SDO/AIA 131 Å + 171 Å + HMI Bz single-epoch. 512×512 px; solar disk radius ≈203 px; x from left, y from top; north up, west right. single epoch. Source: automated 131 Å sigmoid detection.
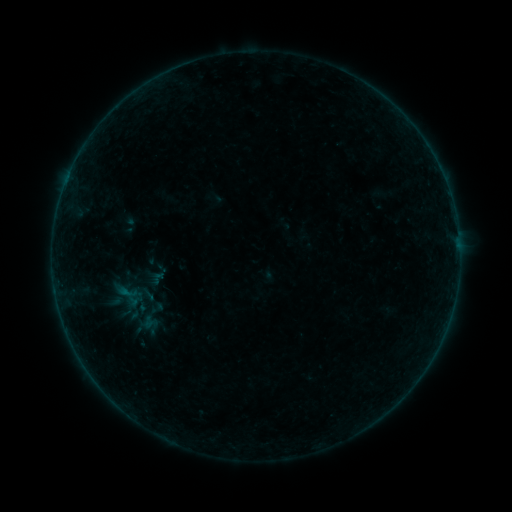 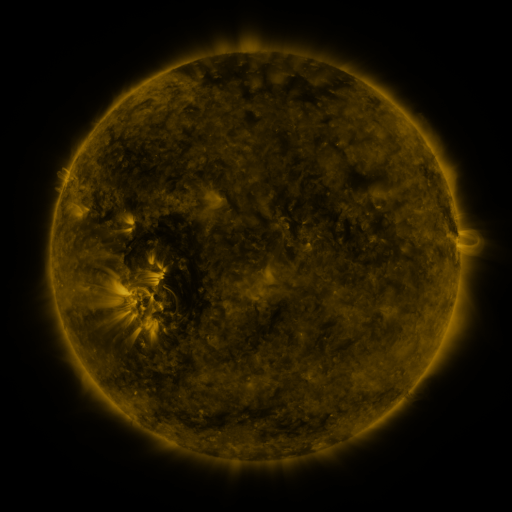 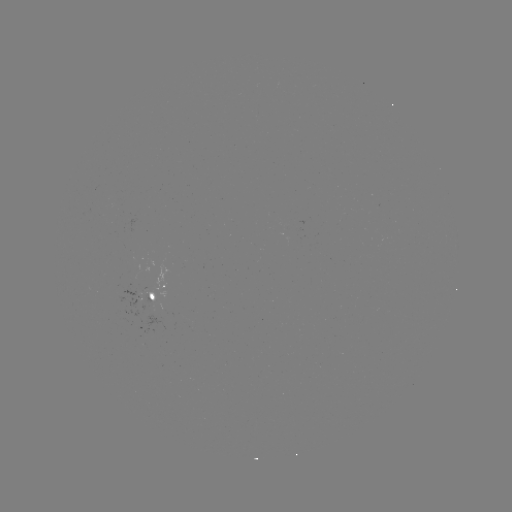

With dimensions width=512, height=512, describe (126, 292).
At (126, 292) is sigmoid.